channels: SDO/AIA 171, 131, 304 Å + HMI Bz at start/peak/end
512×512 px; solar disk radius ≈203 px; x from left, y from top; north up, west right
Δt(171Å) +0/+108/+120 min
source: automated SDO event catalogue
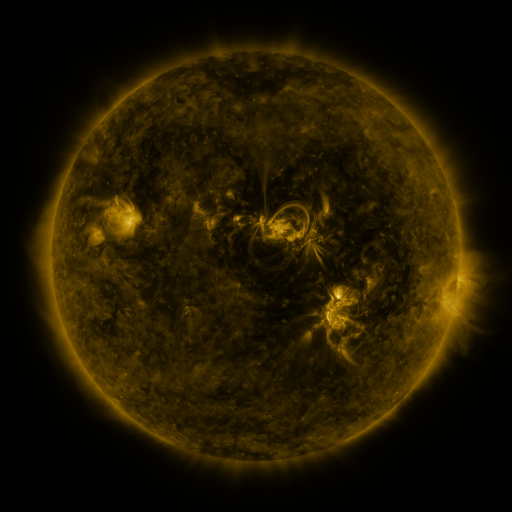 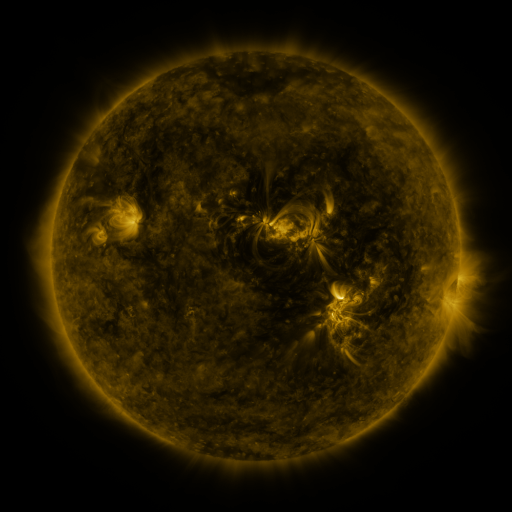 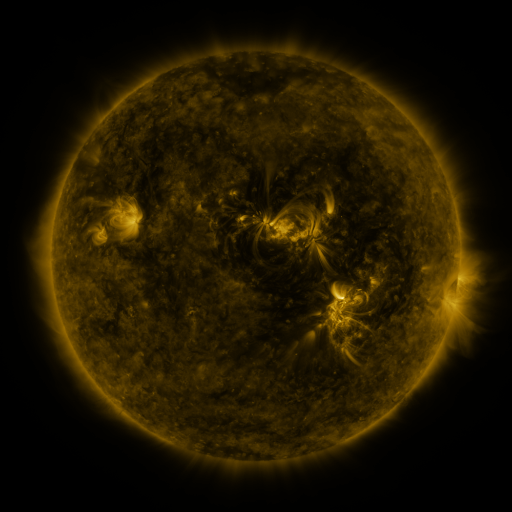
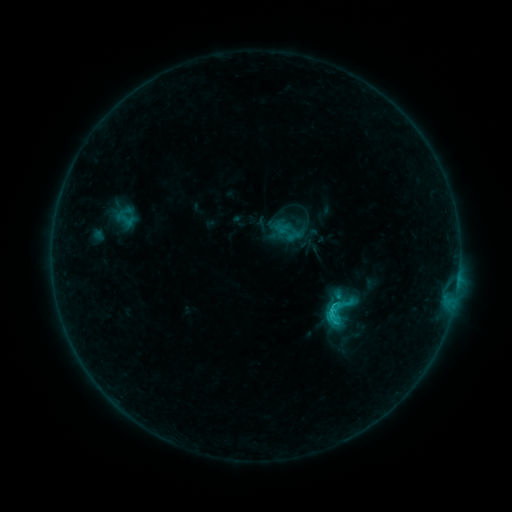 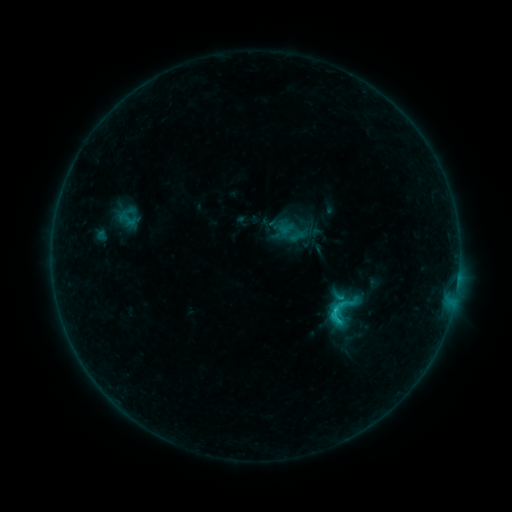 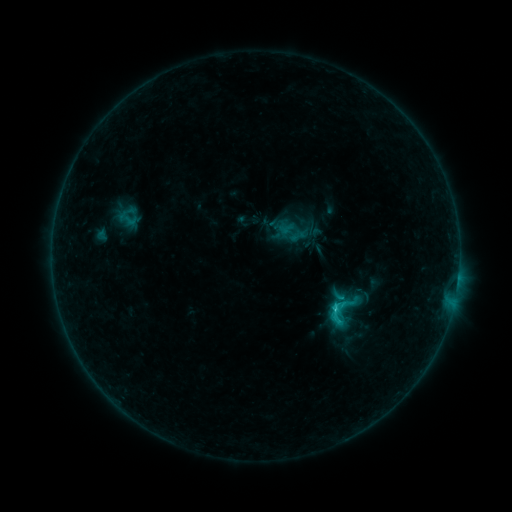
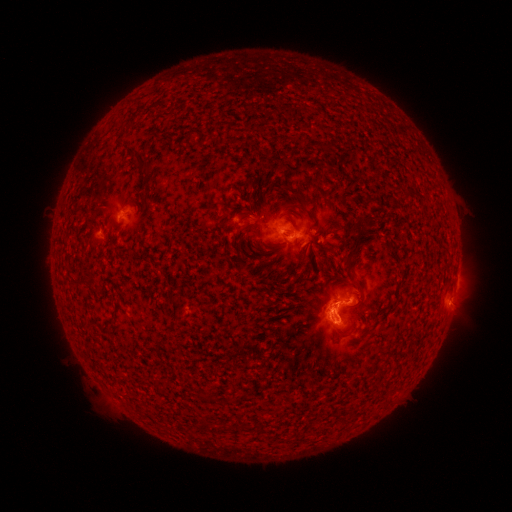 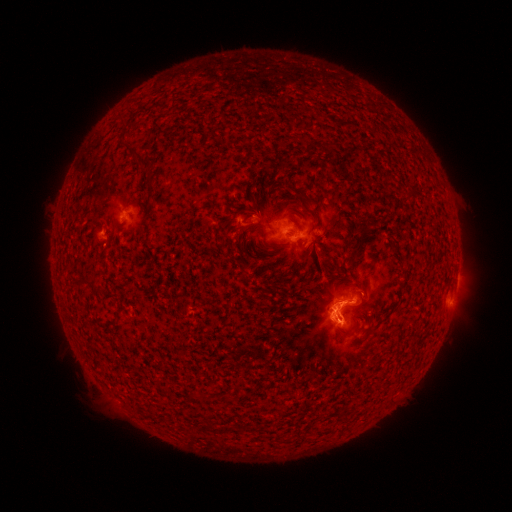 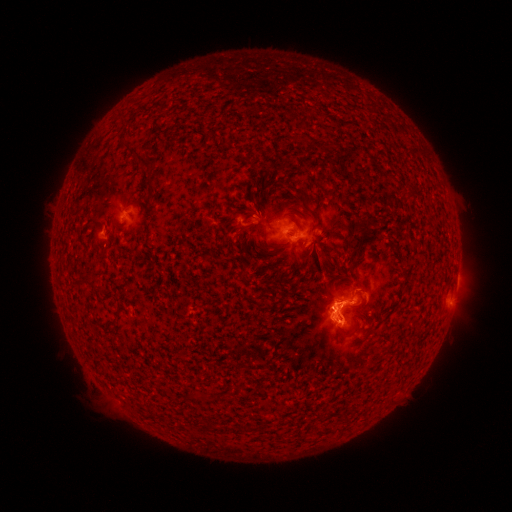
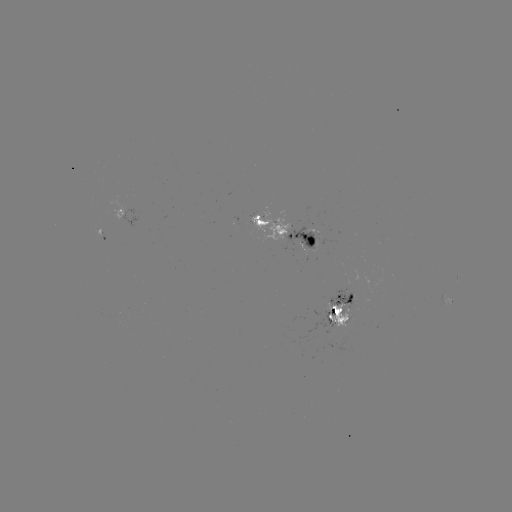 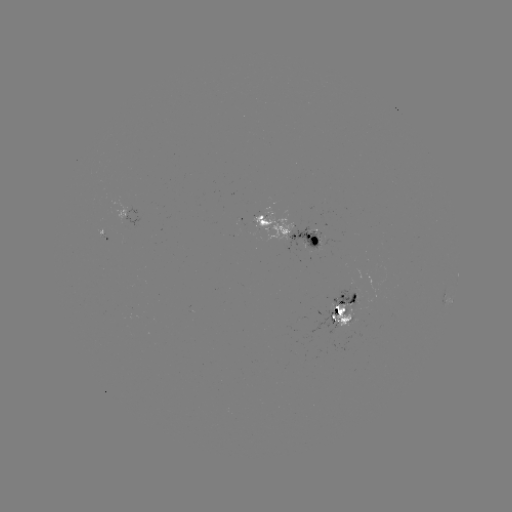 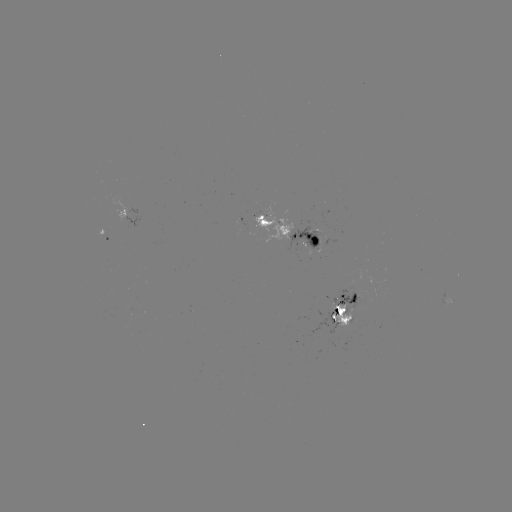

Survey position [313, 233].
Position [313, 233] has emerging-flux region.